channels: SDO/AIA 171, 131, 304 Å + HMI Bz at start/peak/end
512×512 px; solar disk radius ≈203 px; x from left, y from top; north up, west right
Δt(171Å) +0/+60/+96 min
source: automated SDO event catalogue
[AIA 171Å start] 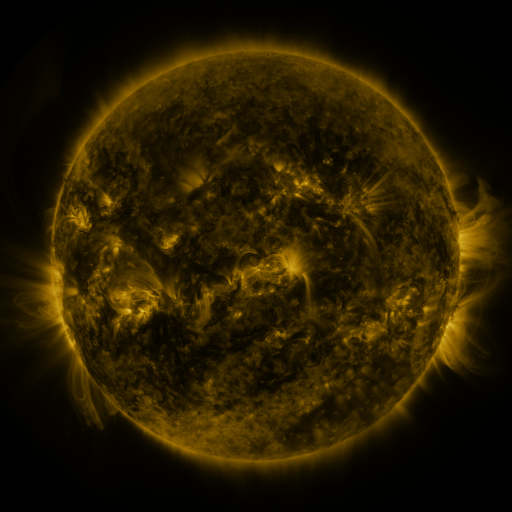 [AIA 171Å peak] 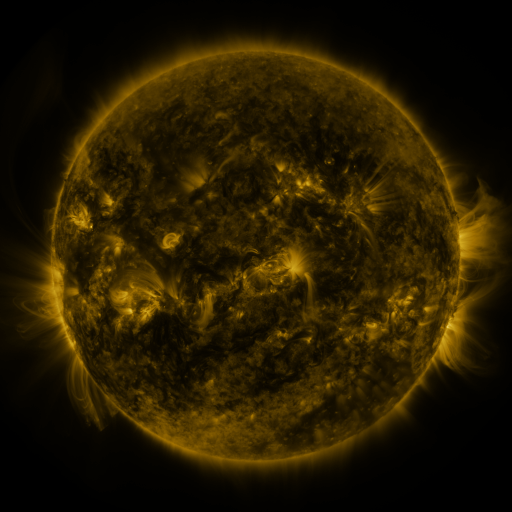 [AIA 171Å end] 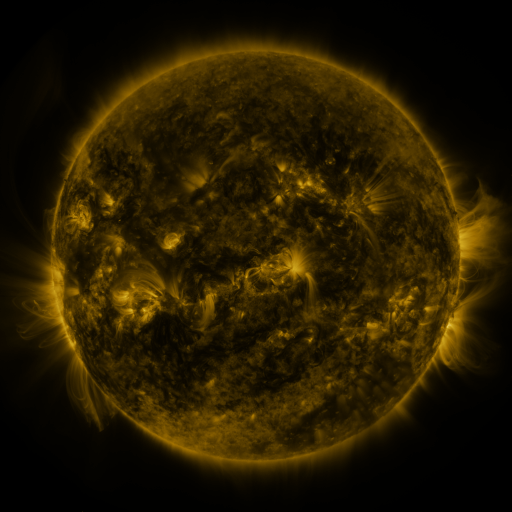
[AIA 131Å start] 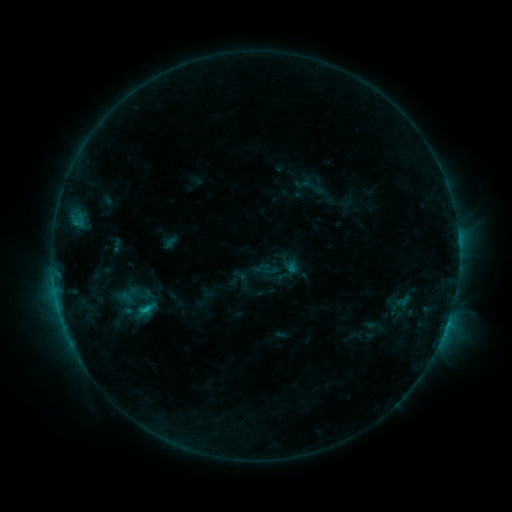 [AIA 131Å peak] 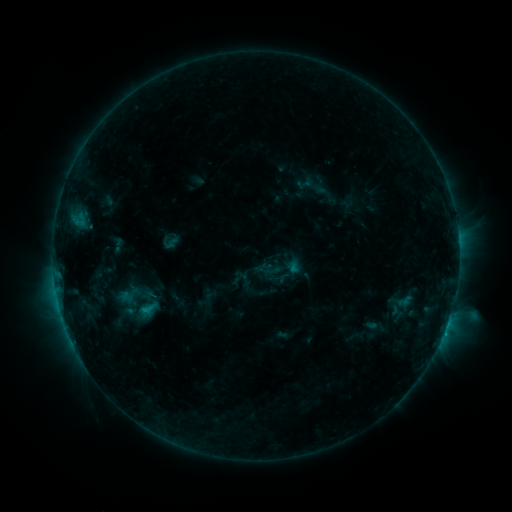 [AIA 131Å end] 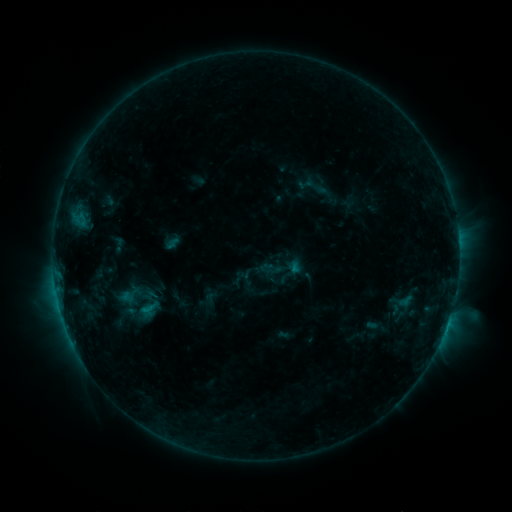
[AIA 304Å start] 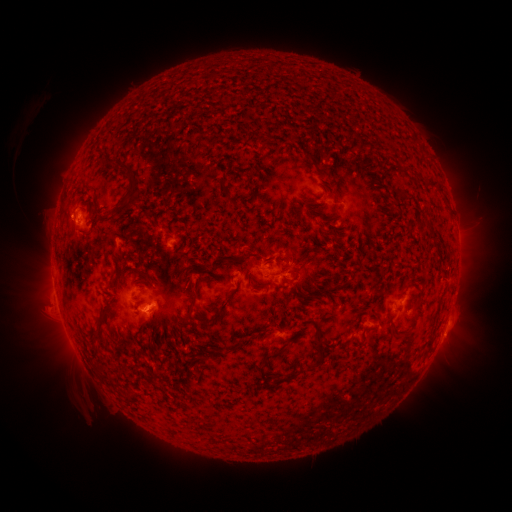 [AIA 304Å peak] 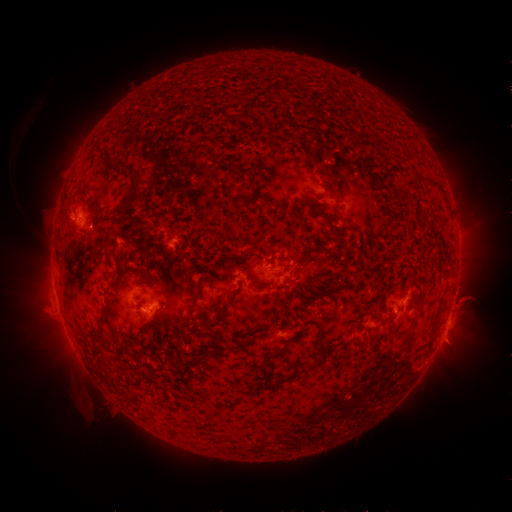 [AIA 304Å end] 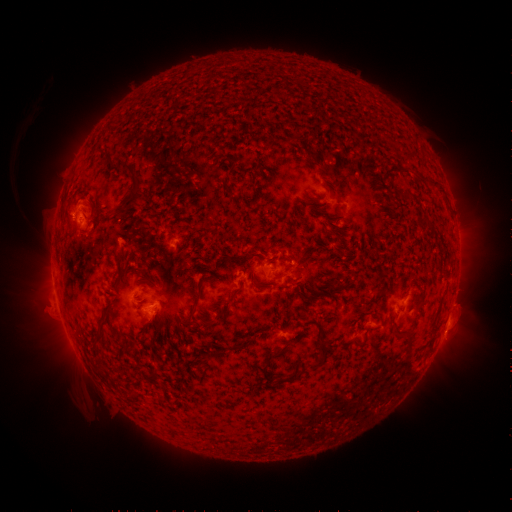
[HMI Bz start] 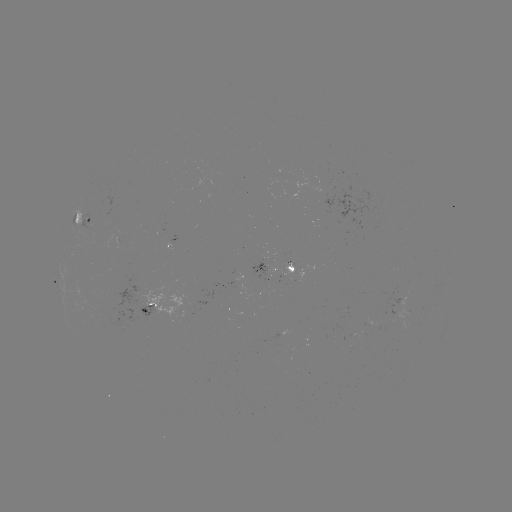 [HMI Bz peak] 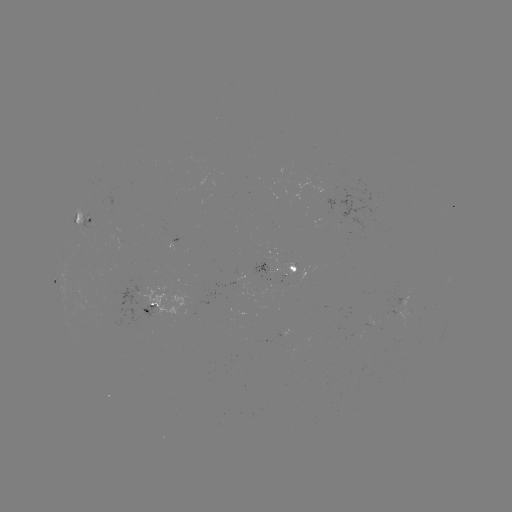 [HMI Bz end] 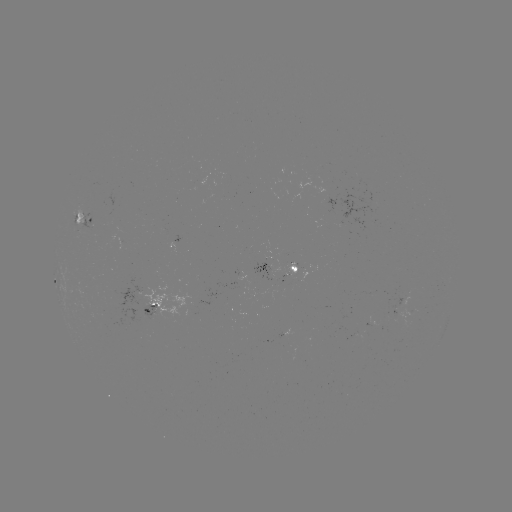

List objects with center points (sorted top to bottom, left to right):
emerging-flux region: (265, 268)
